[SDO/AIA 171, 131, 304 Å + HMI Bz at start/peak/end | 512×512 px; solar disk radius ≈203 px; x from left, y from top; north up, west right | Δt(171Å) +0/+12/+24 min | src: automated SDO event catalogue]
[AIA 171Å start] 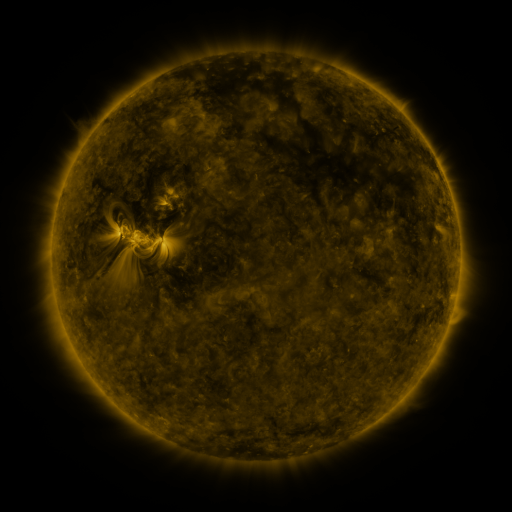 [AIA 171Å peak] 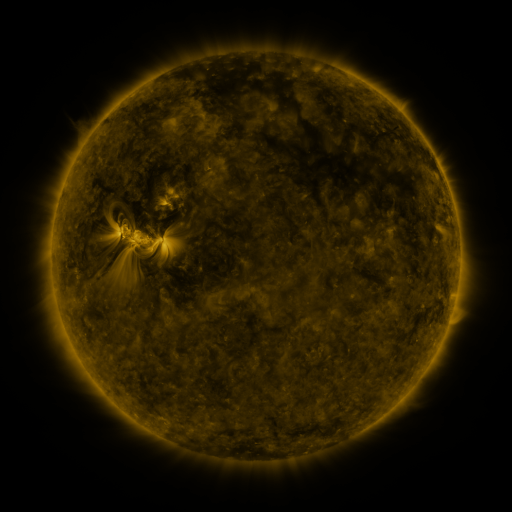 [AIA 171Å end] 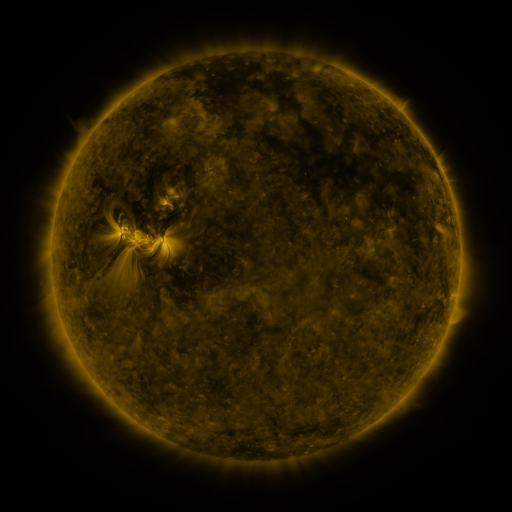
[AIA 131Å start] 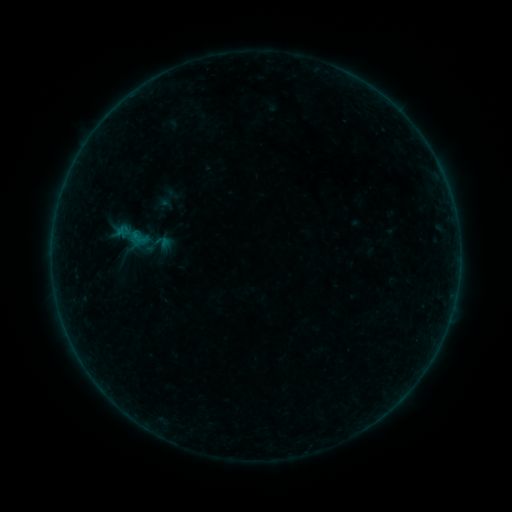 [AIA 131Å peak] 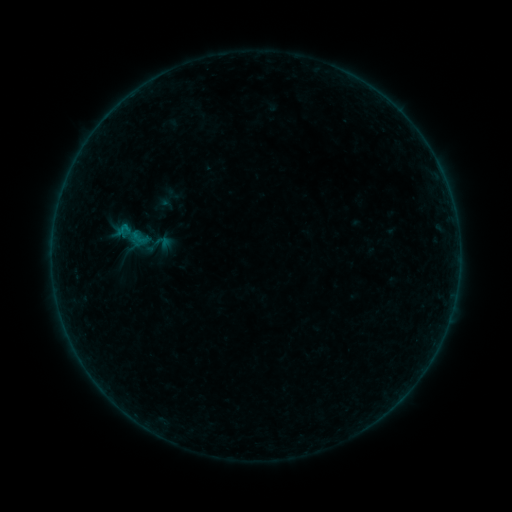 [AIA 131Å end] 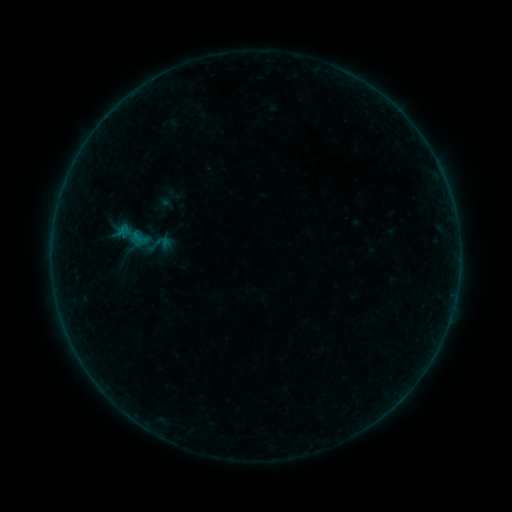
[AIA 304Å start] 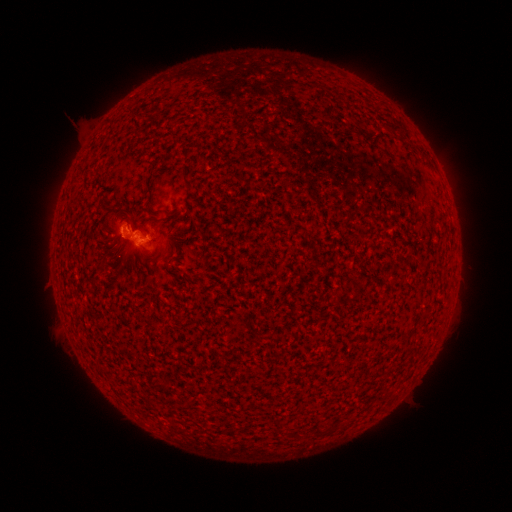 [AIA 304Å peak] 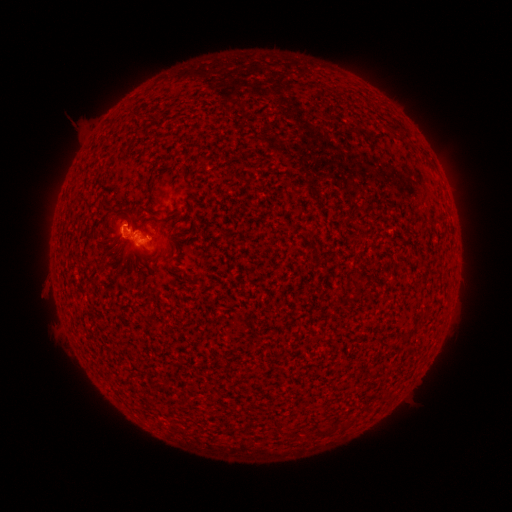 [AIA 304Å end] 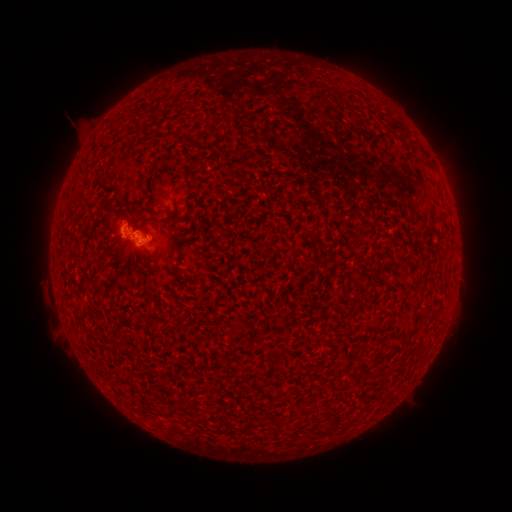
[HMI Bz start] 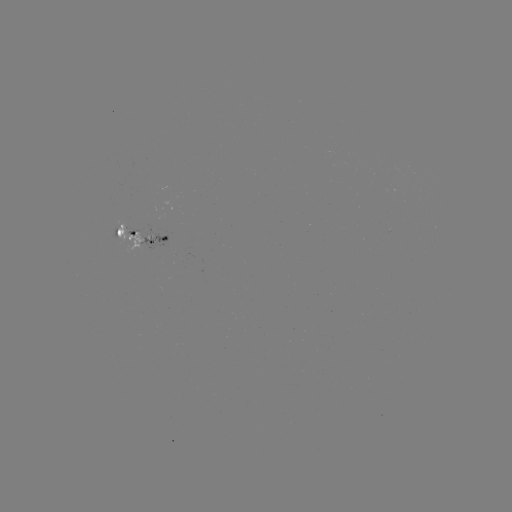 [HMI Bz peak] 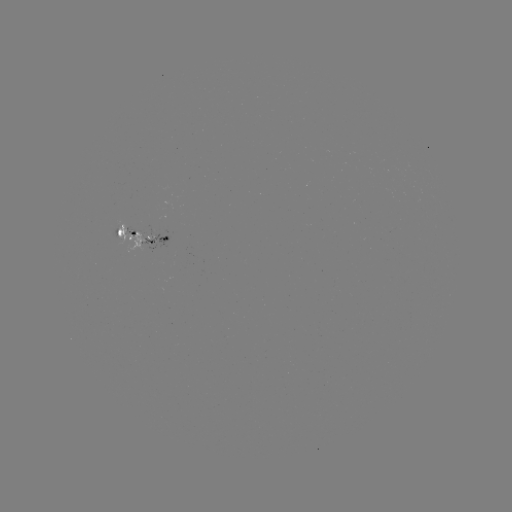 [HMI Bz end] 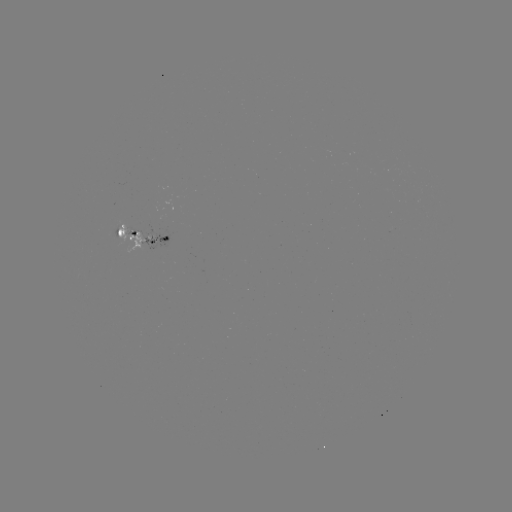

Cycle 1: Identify B1.8 flare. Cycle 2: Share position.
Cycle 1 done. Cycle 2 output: [125, 228].